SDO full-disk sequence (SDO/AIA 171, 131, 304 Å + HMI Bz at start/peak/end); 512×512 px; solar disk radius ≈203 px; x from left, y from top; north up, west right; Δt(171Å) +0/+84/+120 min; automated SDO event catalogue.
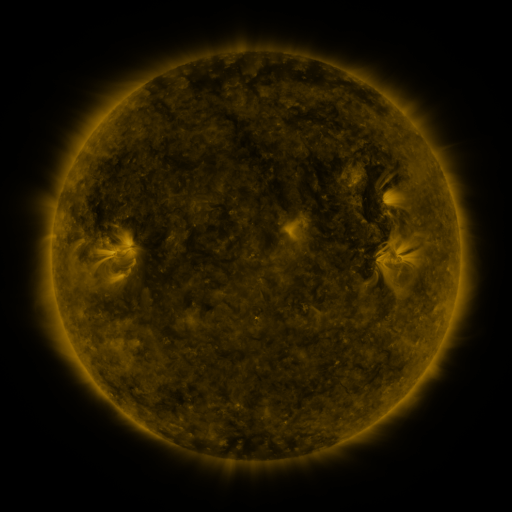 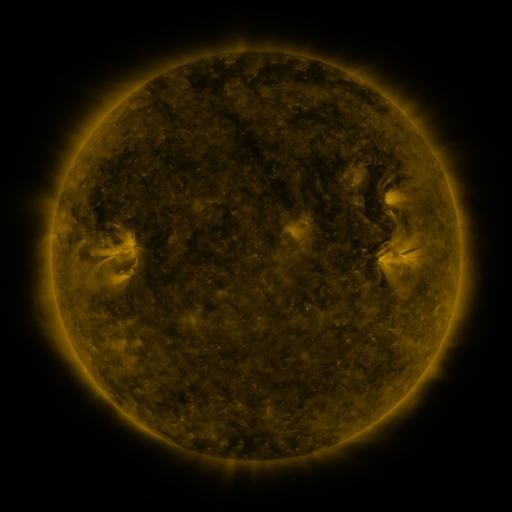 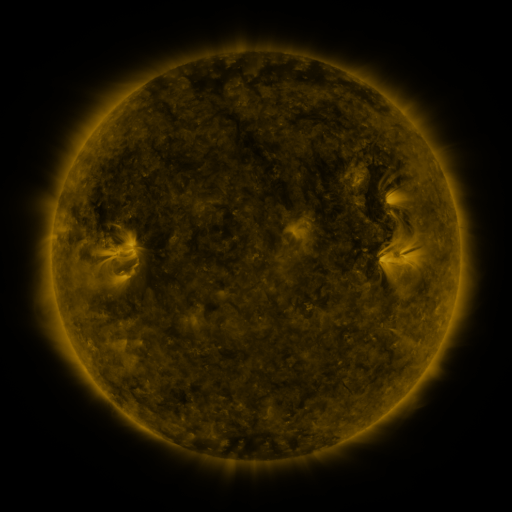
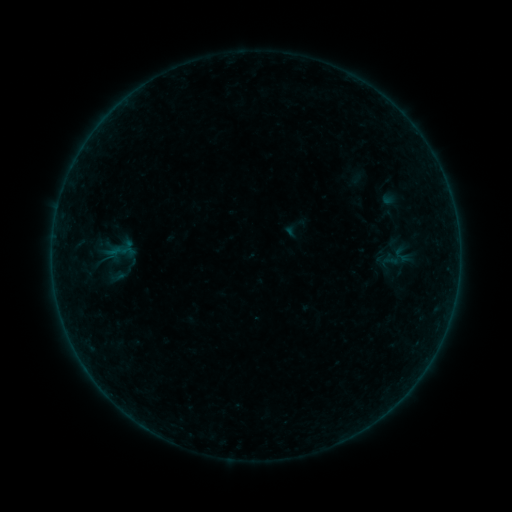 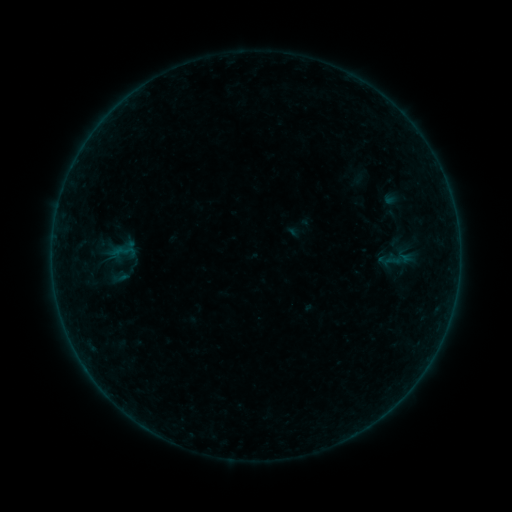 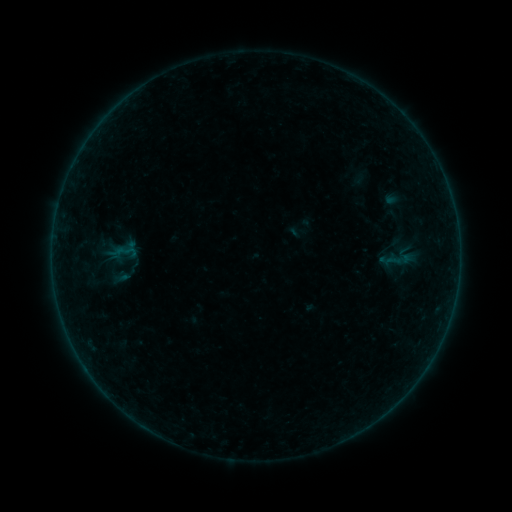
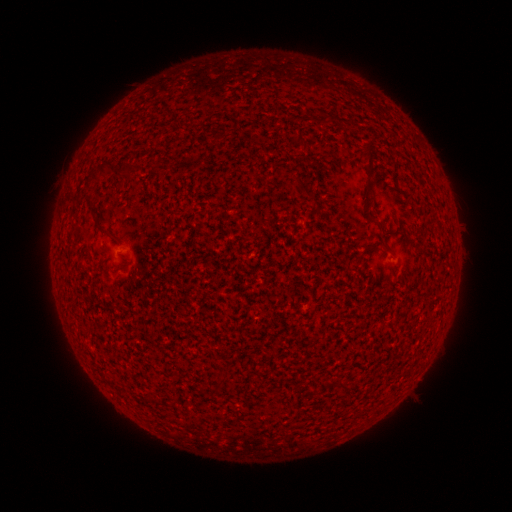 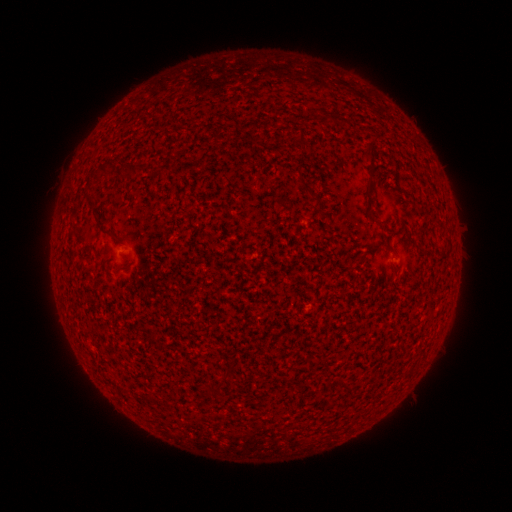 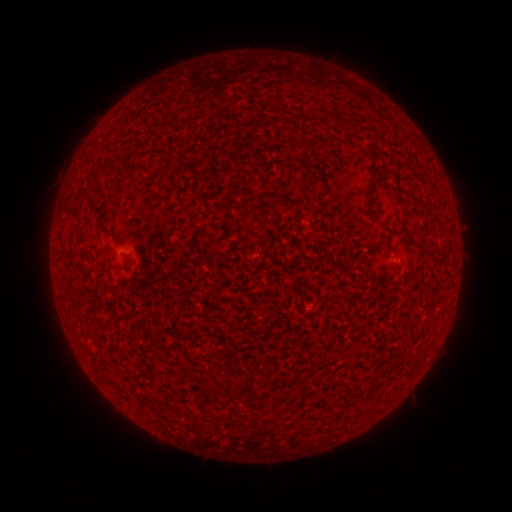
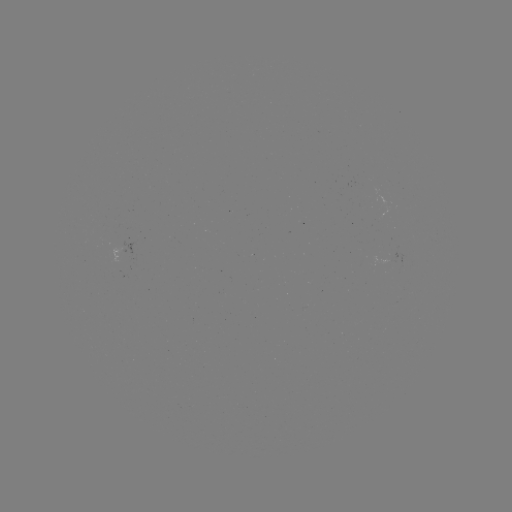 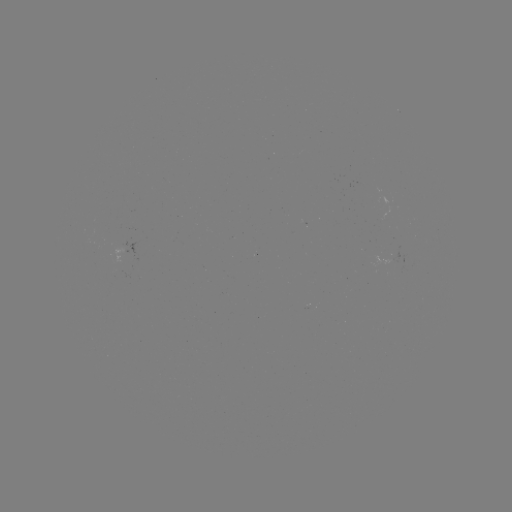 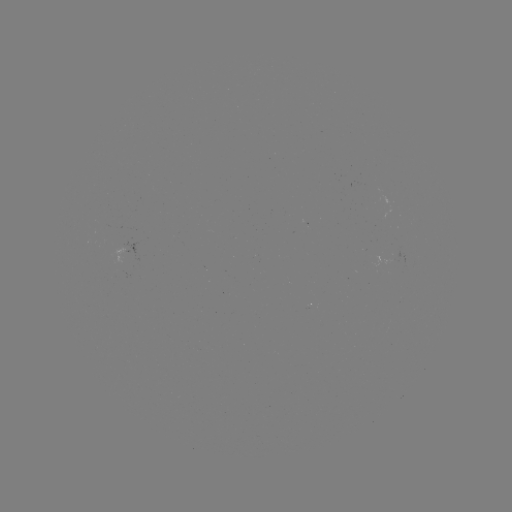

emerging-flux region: [305, 306, 315, 308]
